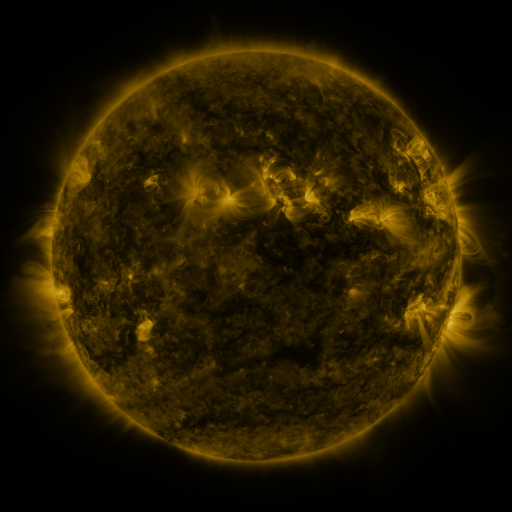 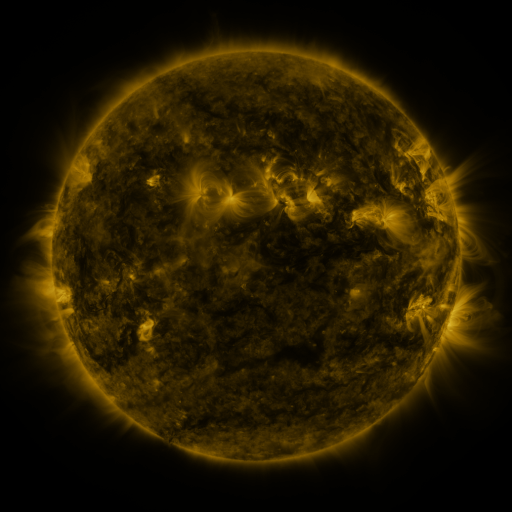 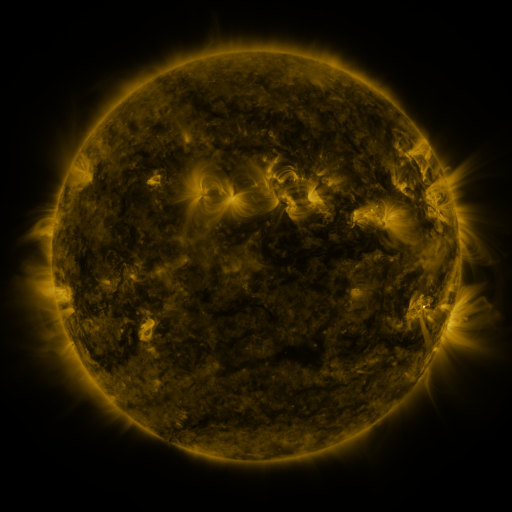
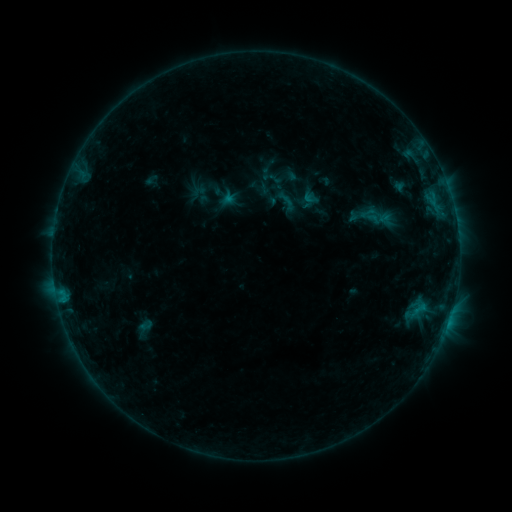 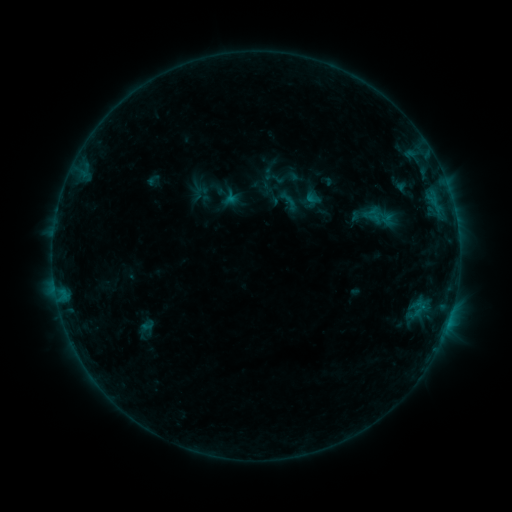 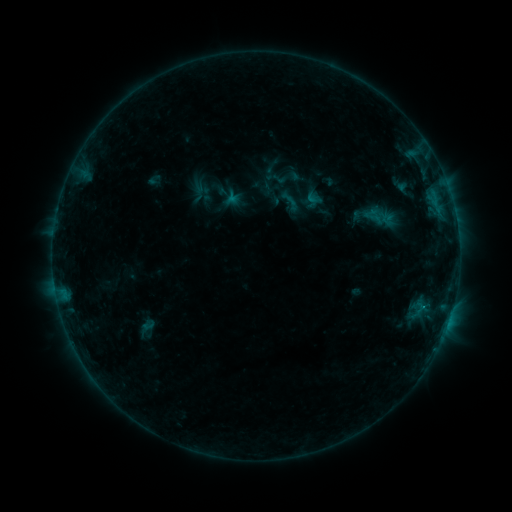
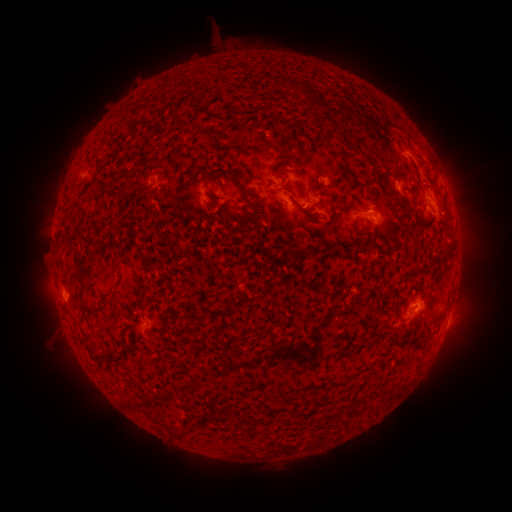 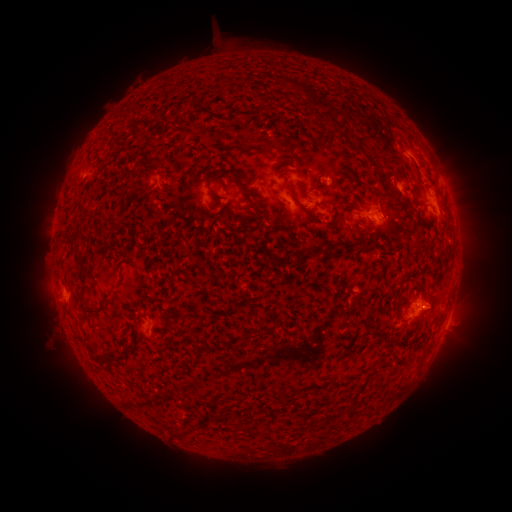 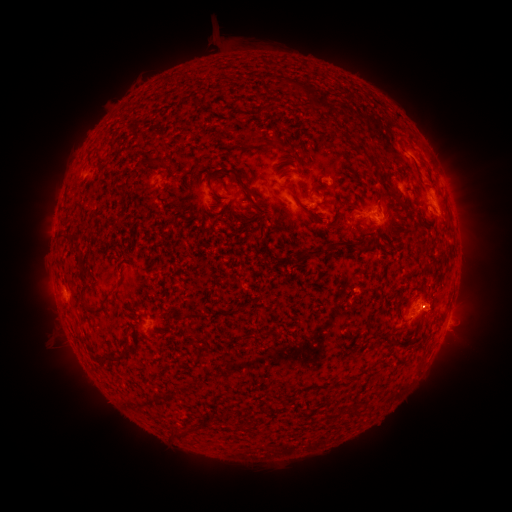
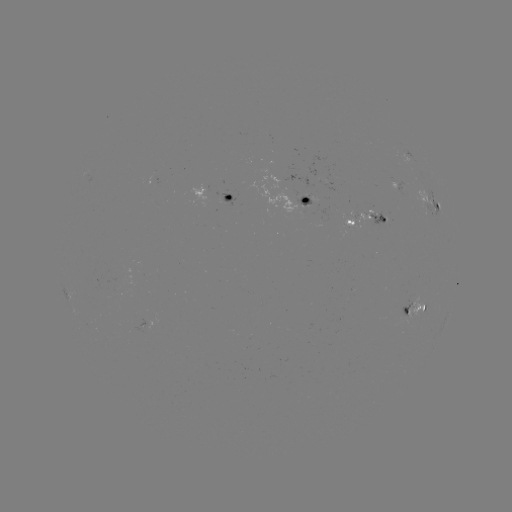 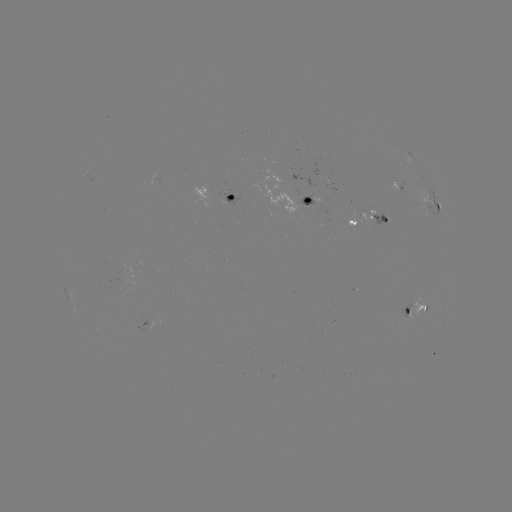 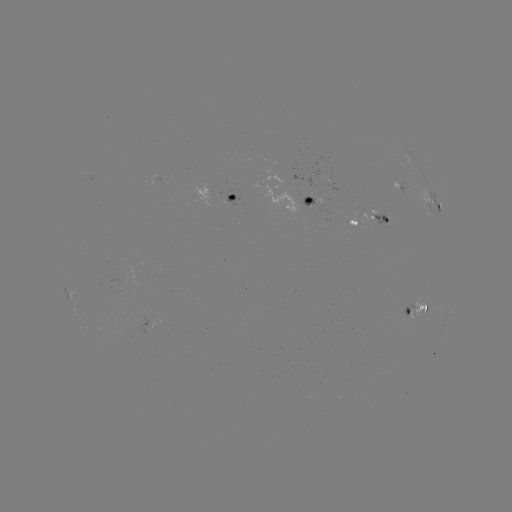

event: emerging-flux region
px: (402, 317)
